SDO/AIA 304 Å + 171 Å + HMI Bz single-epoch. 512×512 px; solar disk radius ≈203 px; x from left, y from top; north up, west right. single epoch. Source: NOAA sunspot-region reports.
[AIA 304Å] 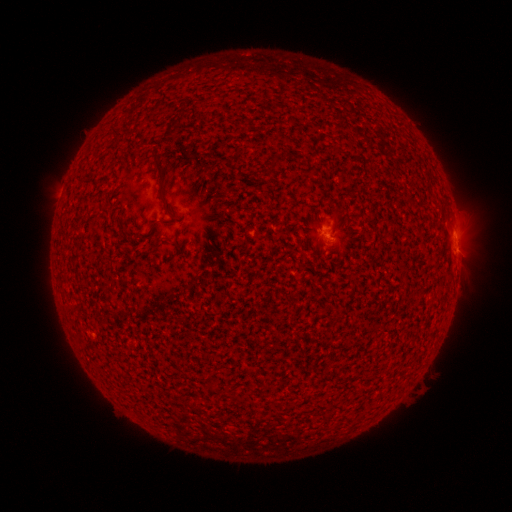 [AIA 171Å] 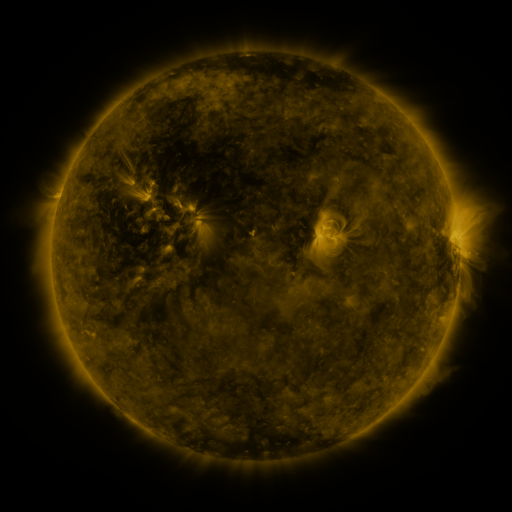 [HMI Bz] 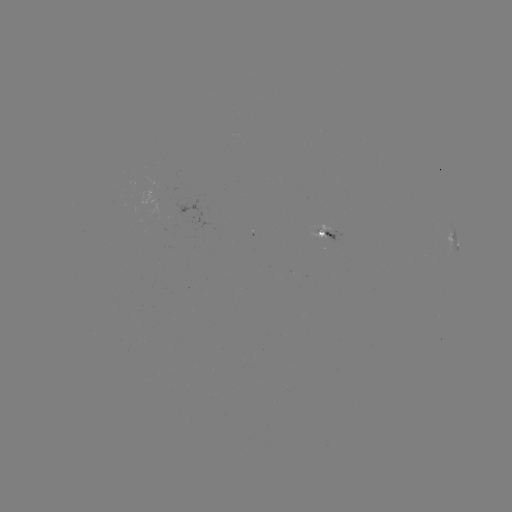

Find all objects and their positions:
spotted active region: (328, 234)
spotted active region: (454, 239)
